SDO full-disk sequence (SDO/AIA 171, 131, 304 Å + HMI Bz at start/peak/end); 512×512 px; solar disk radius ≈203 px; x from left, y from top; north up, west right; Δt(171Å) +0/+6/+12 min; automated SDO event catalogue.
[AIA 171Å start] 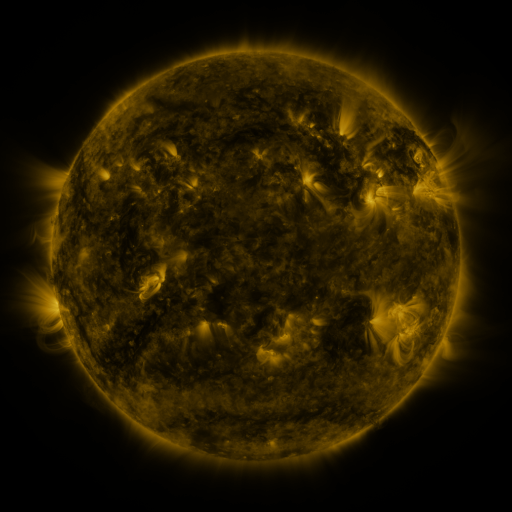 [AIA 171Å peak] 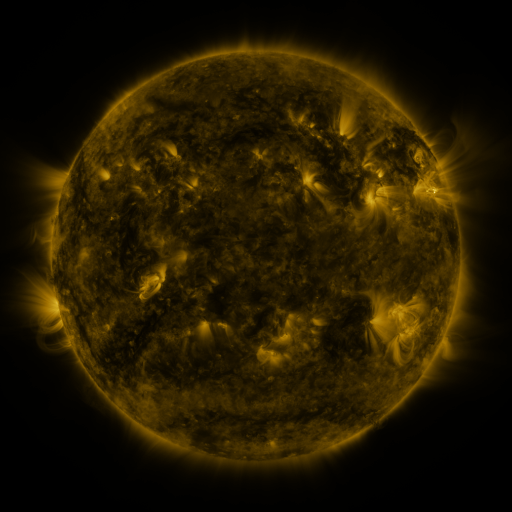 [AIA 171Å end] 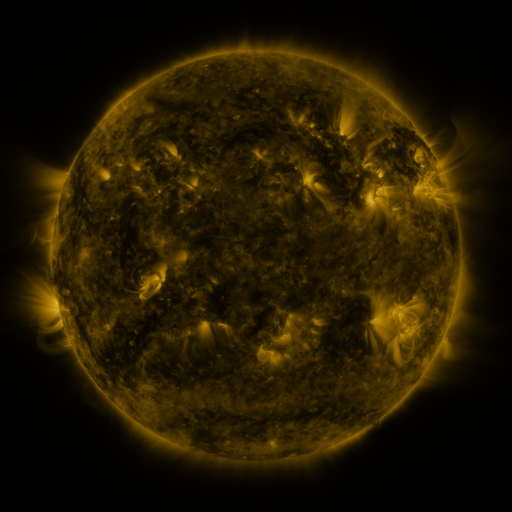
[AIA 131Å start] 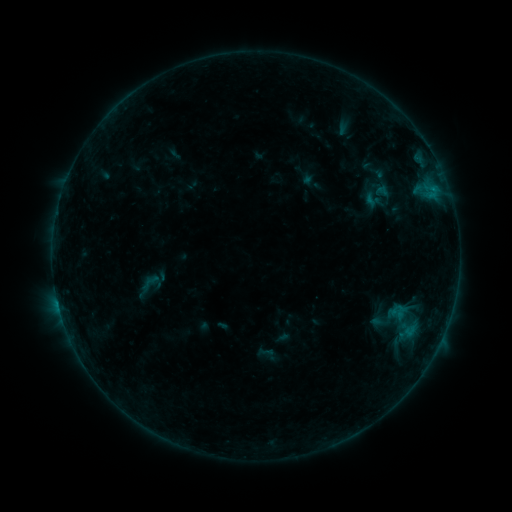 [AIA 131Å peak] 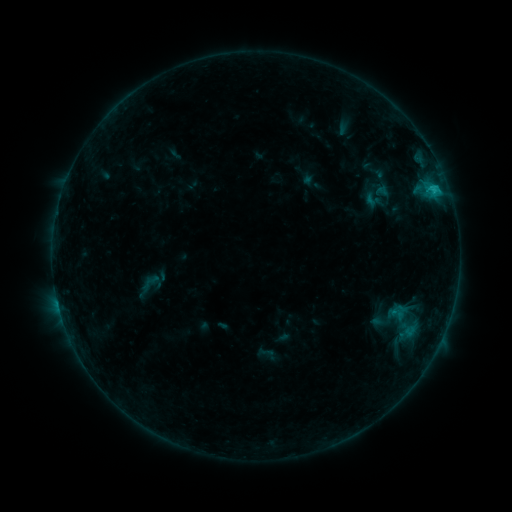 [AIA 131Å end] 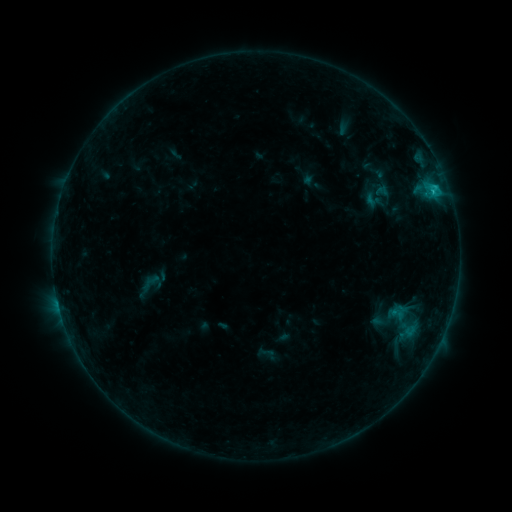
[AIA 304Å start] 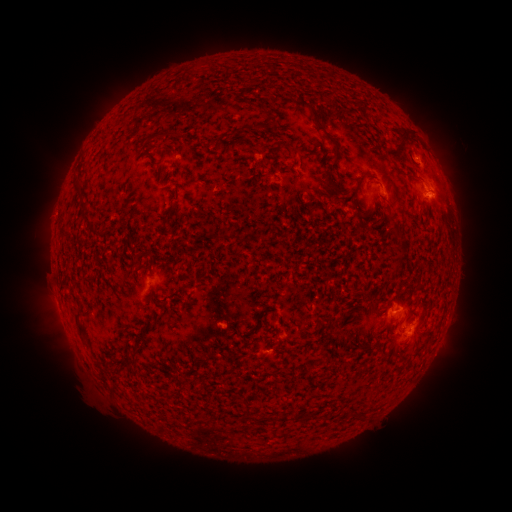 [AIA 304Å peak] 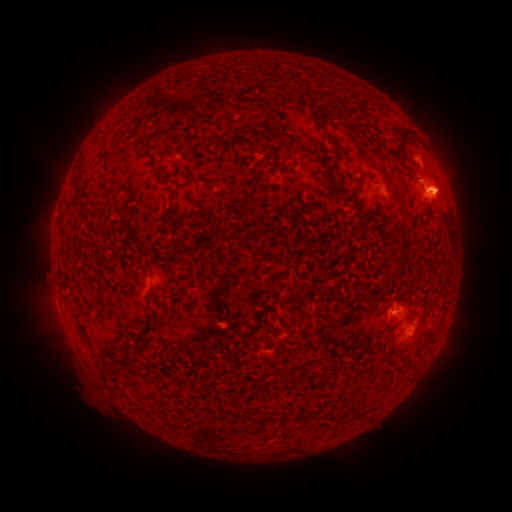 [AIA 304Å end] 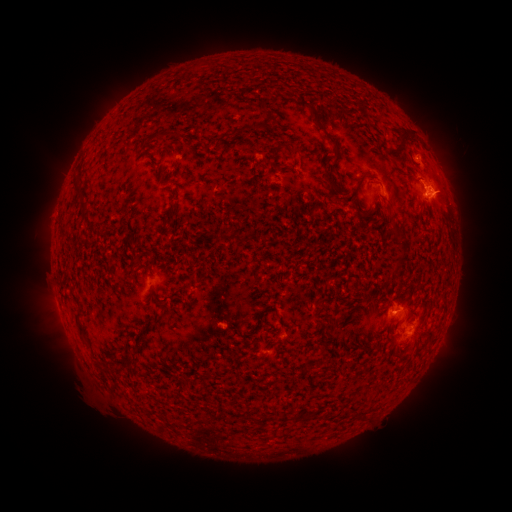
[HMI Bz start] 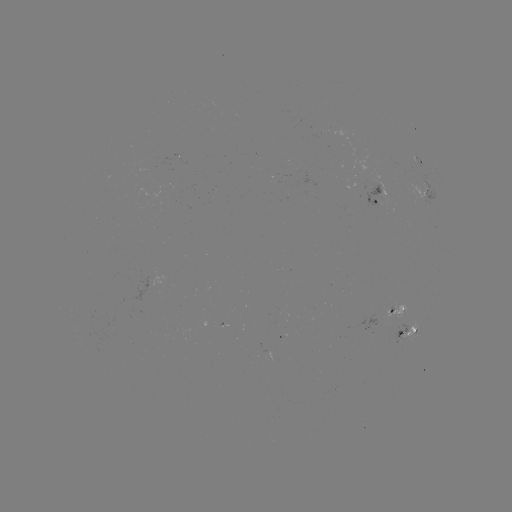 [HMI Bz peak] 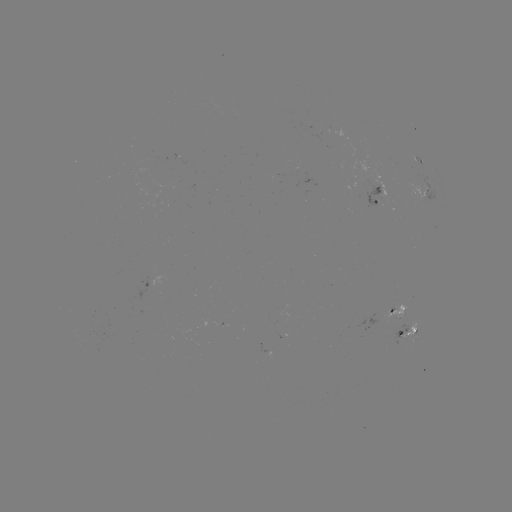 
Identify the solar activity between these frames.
C1.2 flare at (432, 193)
